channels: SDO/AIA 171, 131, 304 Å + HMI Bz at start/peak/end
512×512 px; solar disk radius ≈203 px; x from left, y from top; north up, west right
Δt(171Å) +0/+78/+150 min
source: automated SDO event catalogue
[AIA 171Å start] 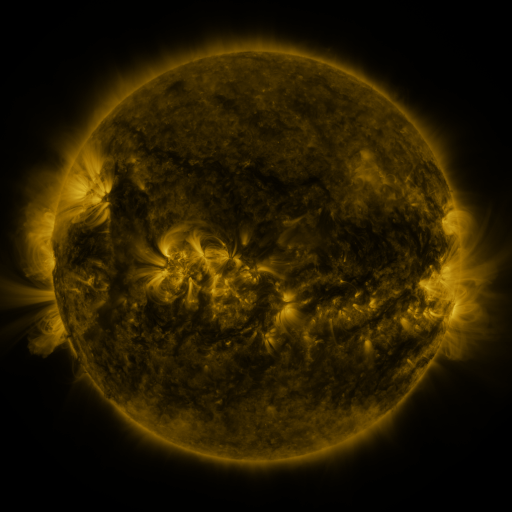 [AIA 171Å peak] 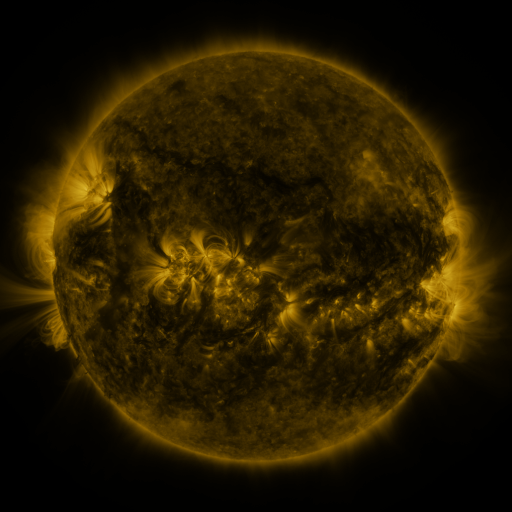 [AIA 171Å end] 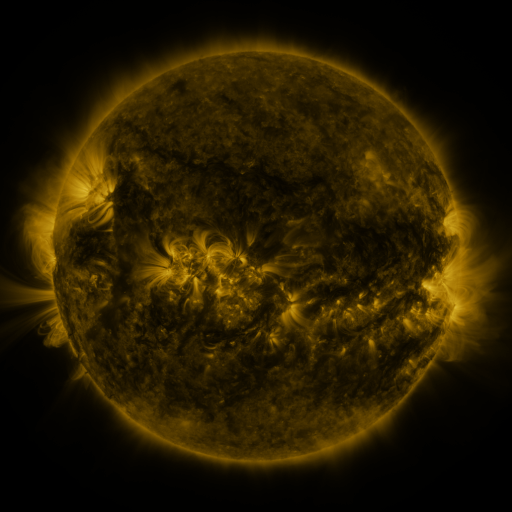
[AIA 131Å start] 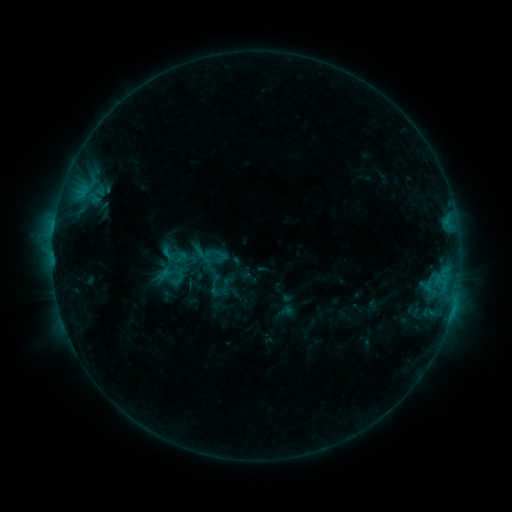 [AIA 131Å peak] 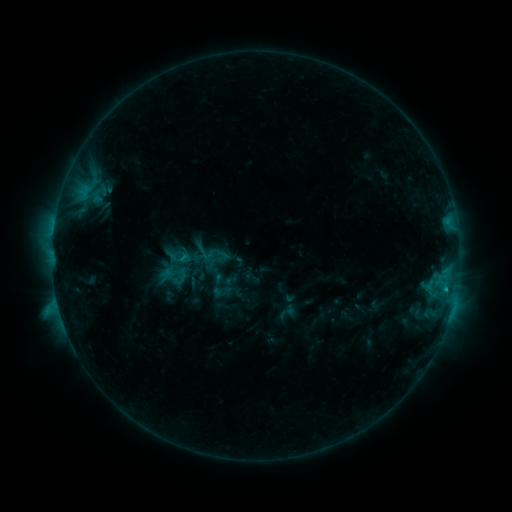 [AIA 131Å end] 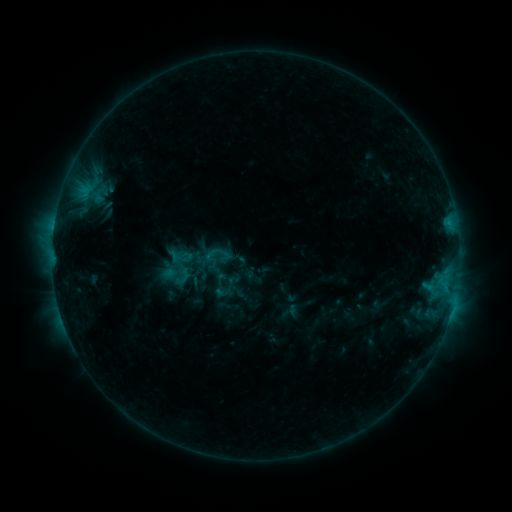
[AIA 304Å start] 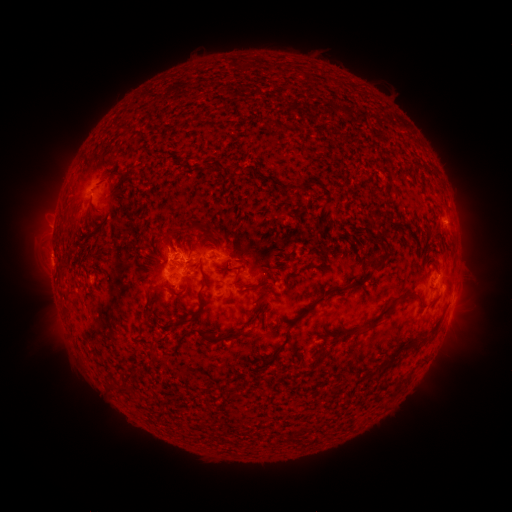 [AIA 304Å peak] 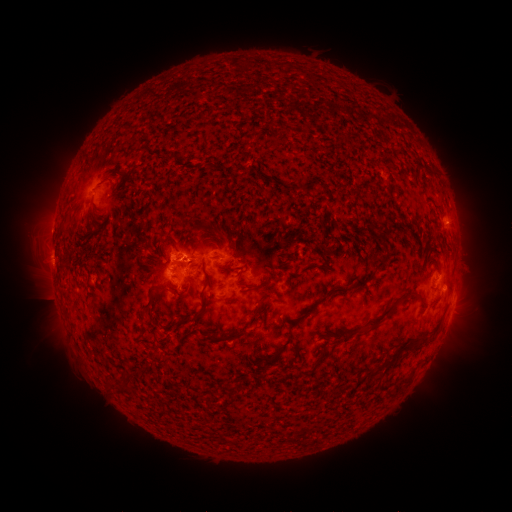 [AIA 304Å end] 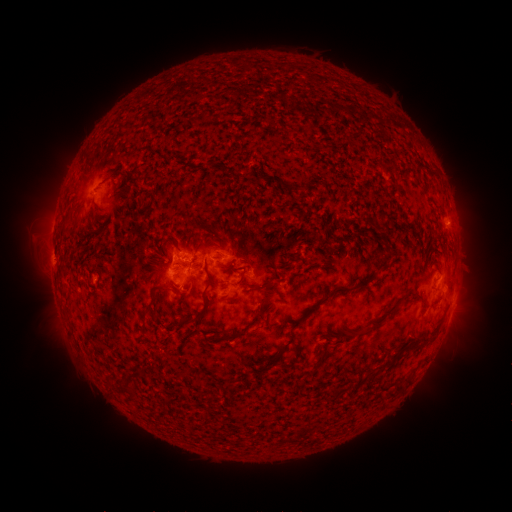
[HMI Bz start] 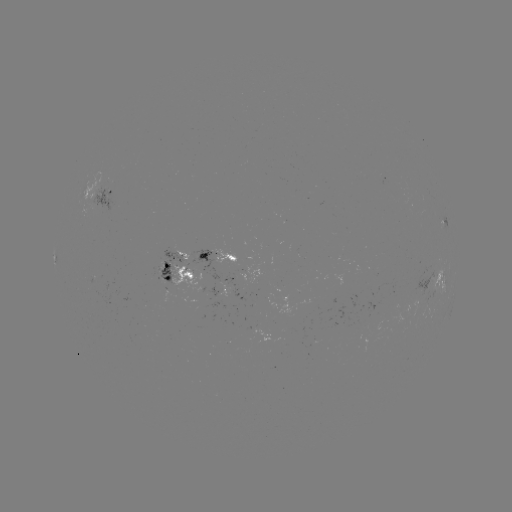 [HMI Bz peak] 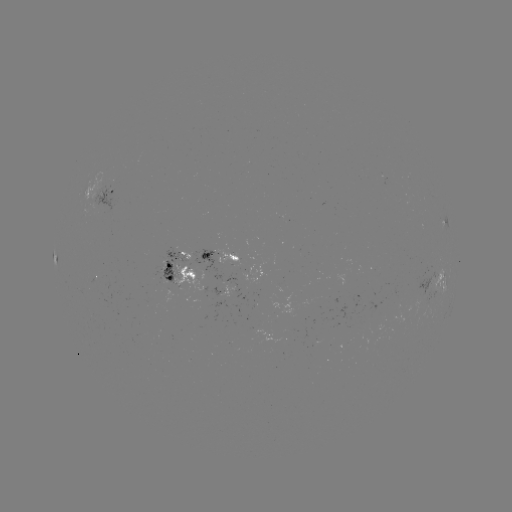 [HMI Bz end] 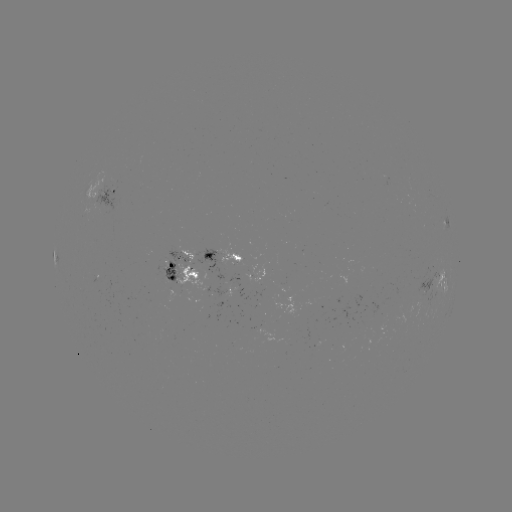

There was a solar flare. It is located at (445, 286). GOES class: C1.7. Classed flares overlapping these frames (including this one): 1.